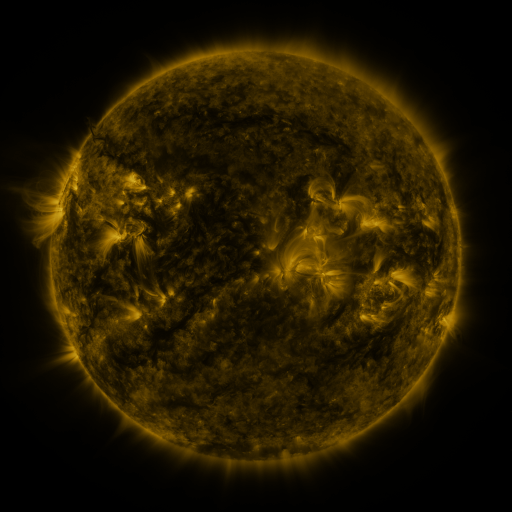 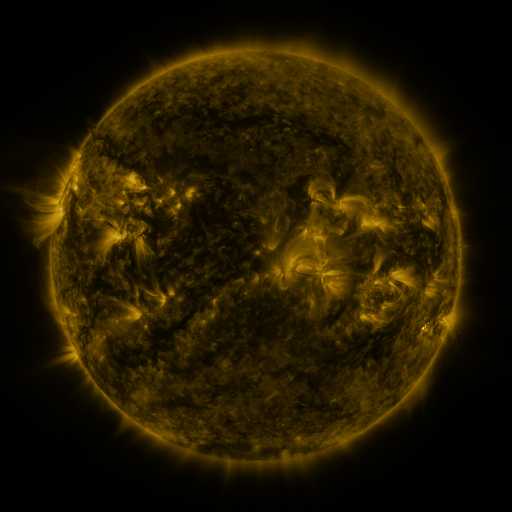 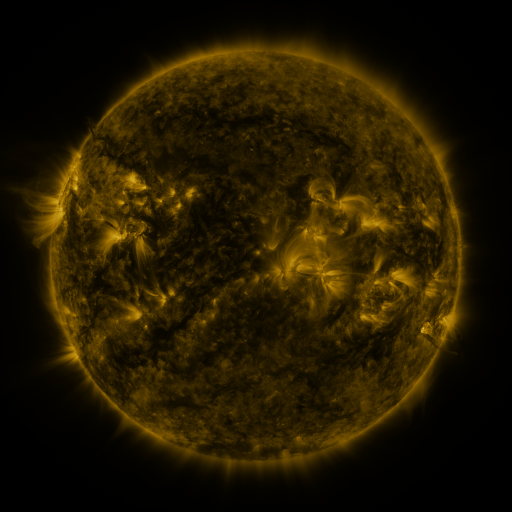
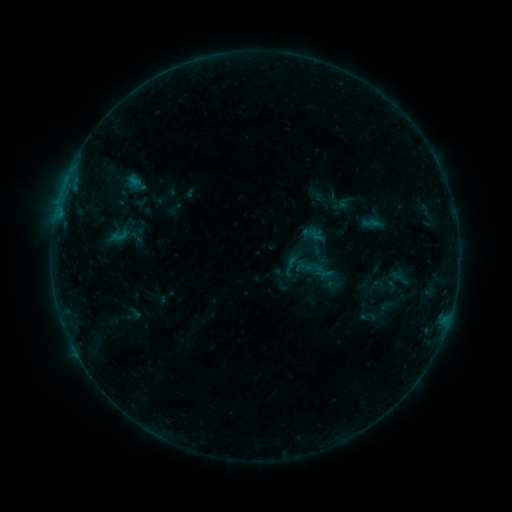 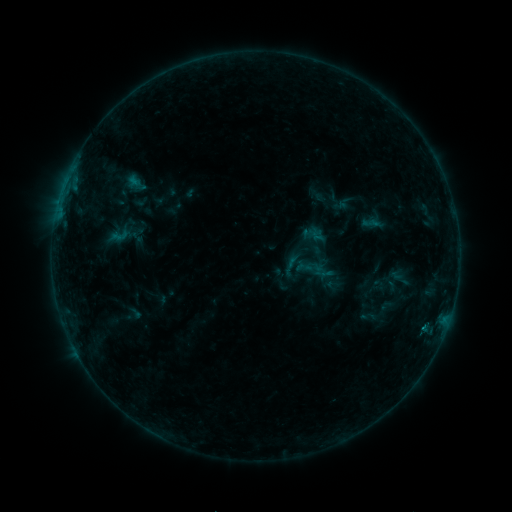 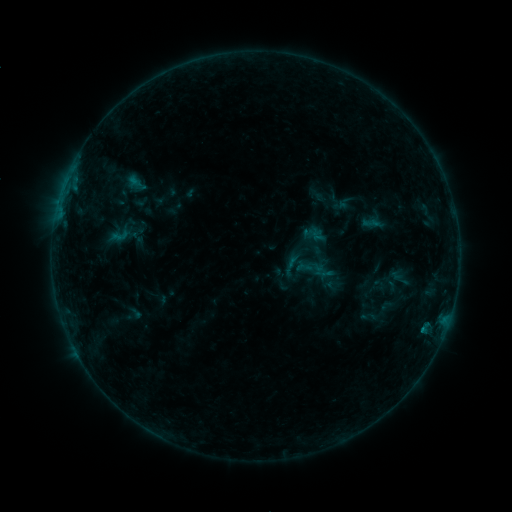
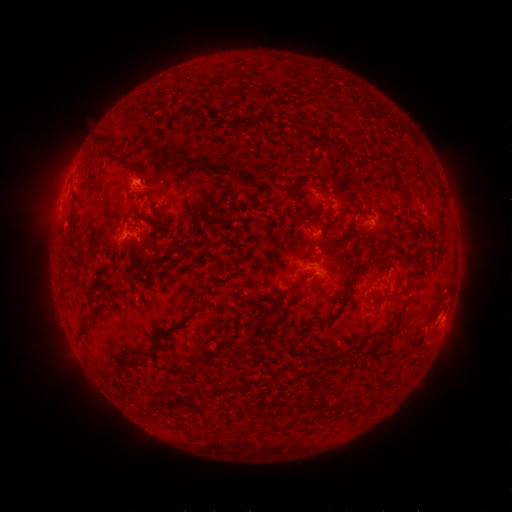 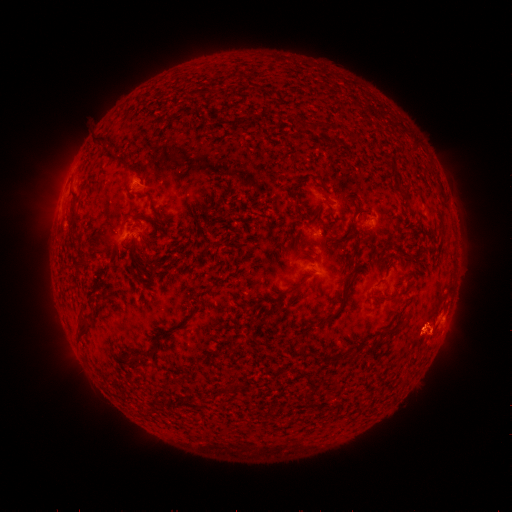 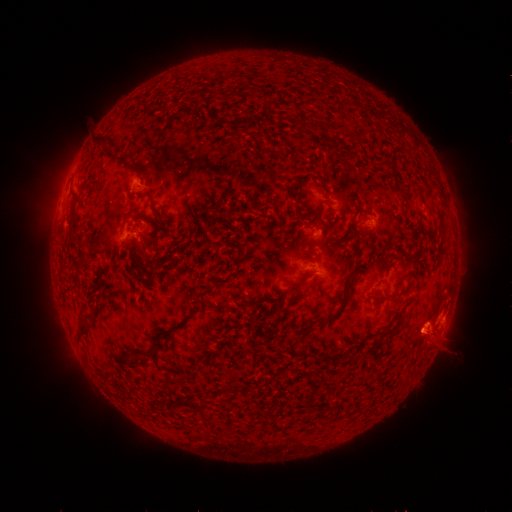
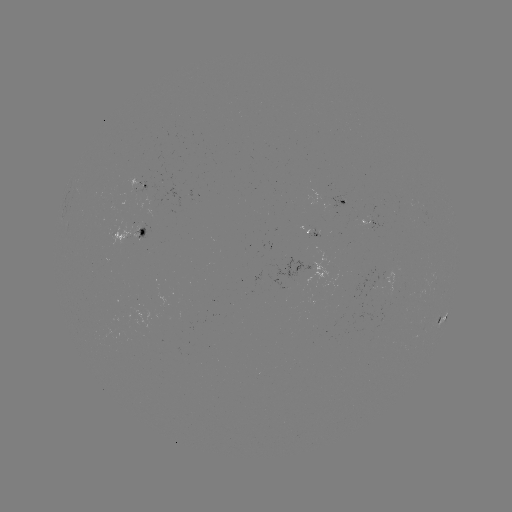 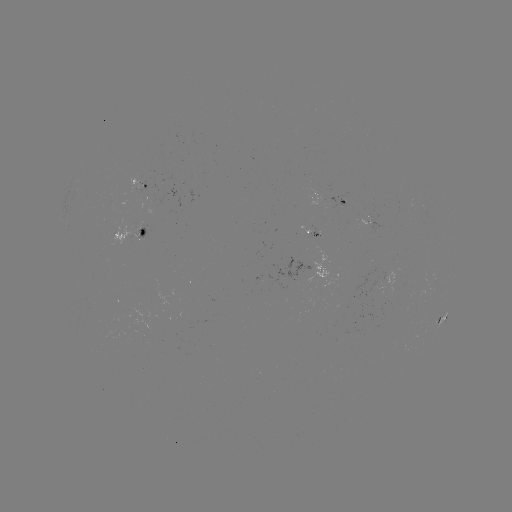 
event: eruption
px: (432, 334)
